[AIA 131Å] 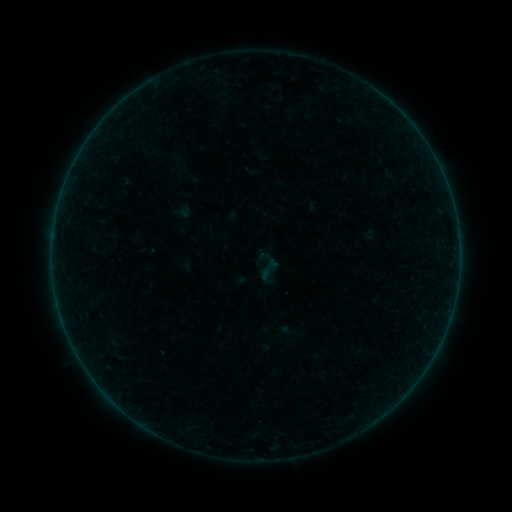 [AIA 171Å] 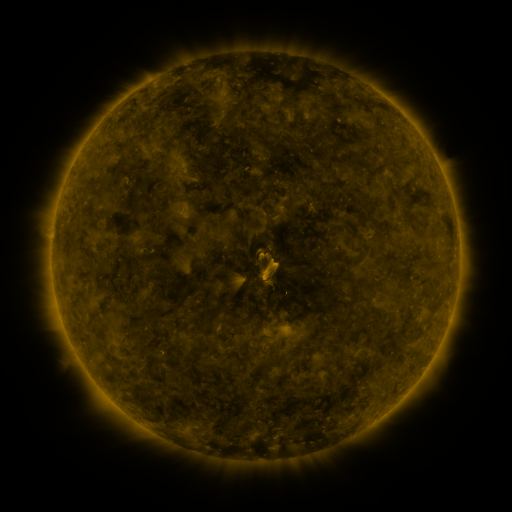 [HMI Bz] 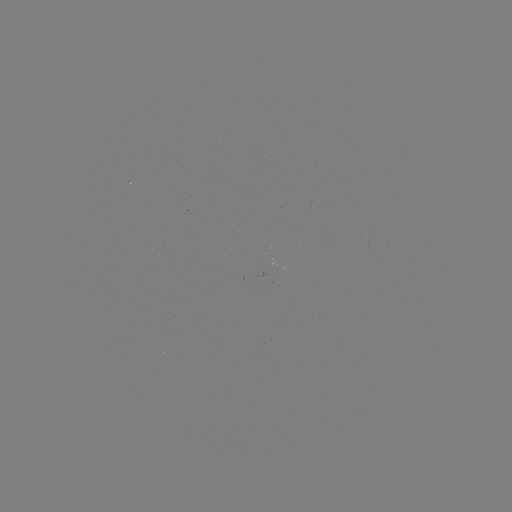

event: sigmoid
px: (267, 267)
